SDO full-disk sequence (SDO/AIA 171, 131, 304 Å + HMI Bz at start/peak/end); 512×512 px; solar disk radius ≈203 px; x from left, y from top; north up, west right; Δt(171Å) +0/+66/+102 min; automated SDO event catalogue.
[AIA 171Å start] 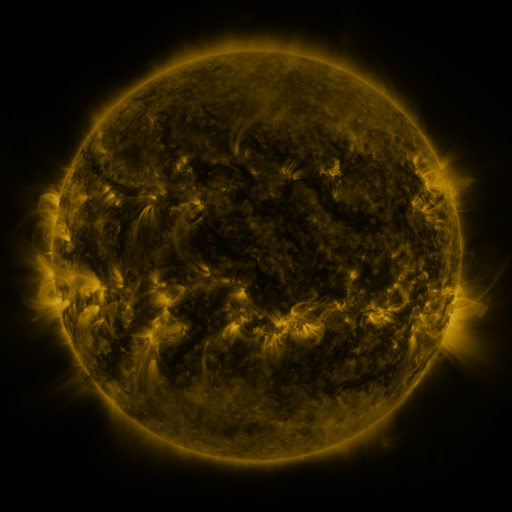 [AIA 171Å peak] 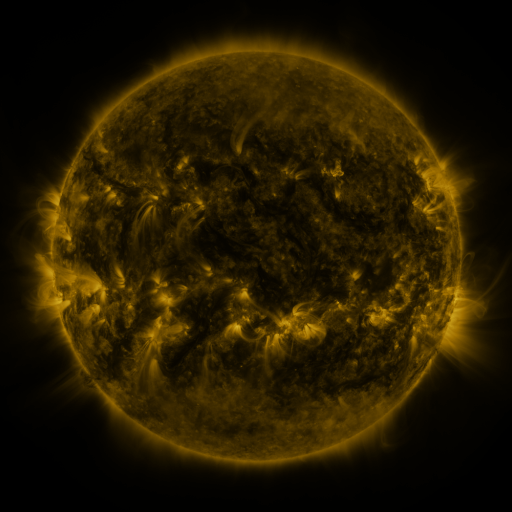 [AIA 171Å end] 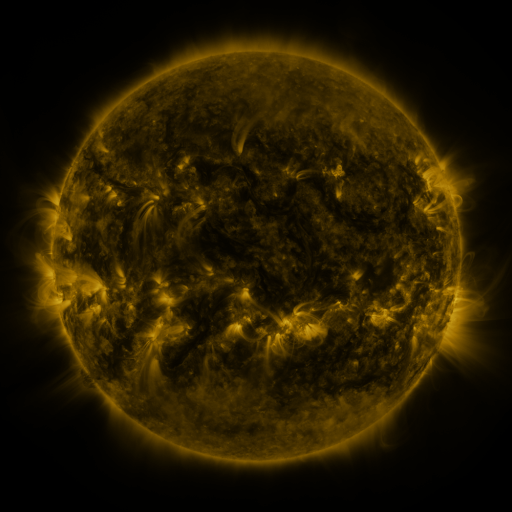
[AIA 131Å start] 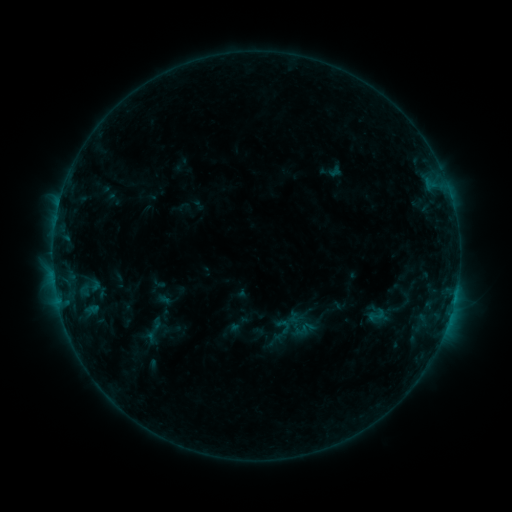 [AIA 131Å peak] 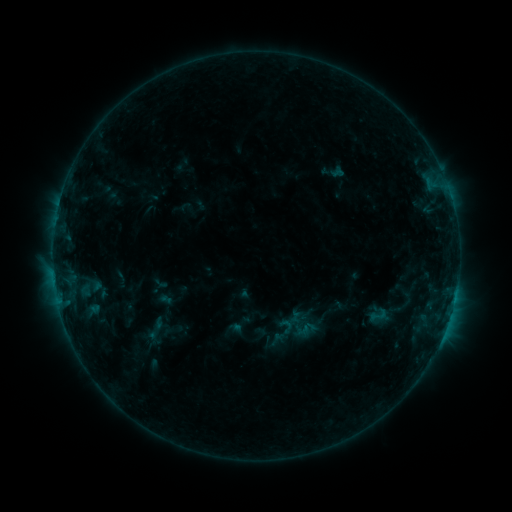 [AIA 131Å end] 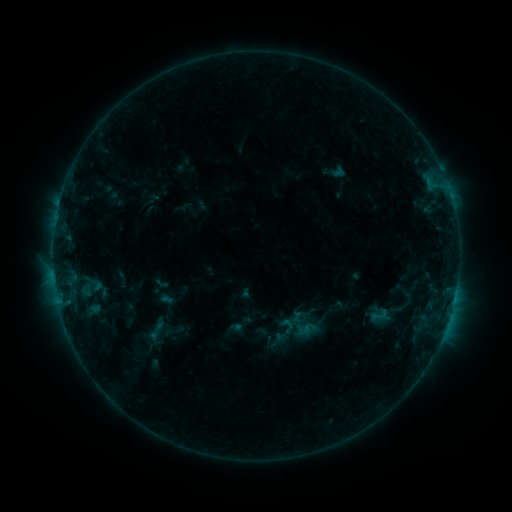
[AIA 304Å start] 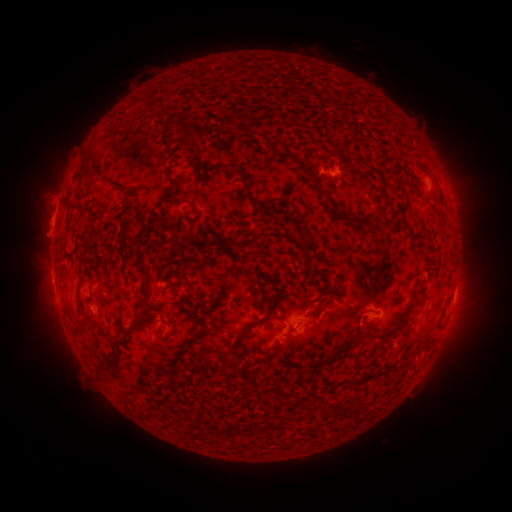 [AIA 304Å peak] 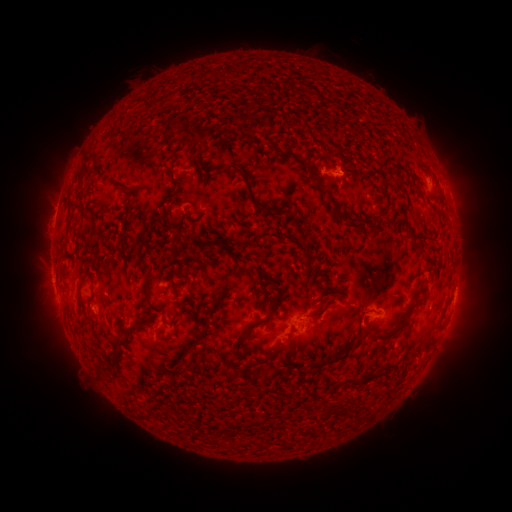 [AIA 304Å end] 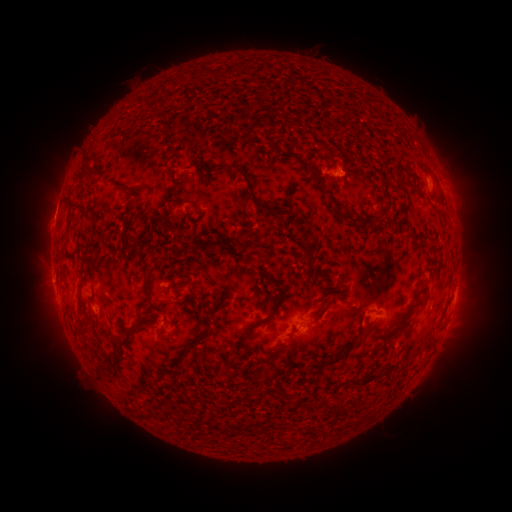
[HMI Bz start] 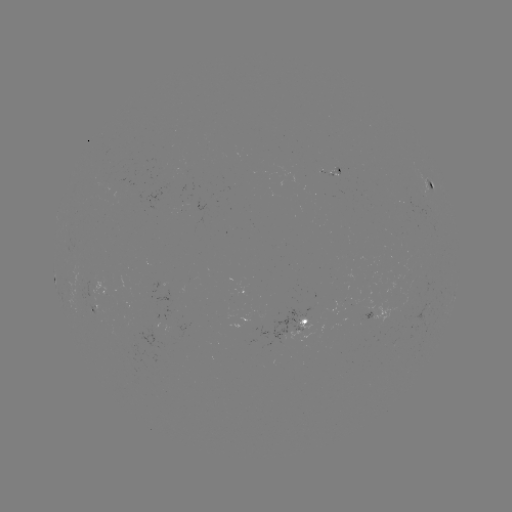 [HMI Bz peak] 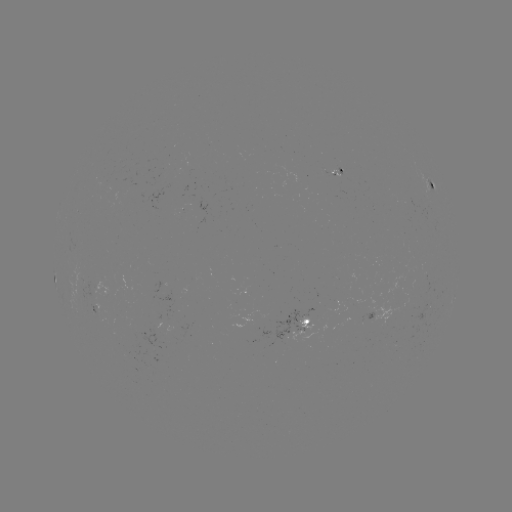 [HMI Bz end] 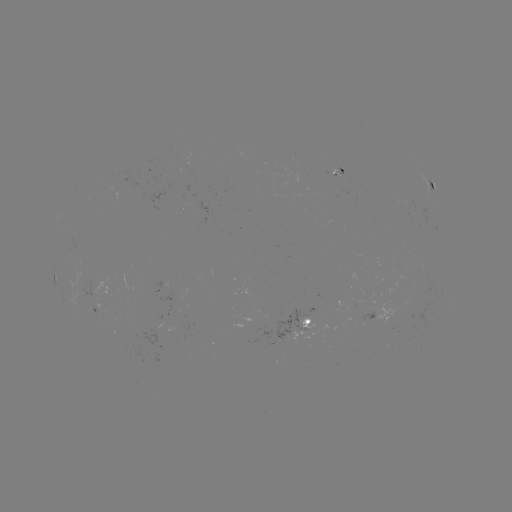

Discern B7.8 flare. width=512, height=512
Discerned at (442, 334).